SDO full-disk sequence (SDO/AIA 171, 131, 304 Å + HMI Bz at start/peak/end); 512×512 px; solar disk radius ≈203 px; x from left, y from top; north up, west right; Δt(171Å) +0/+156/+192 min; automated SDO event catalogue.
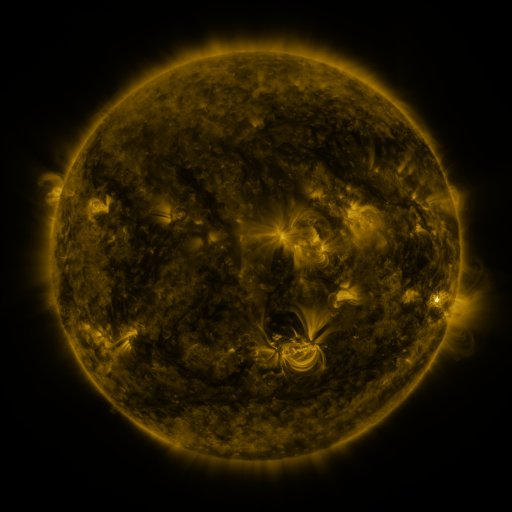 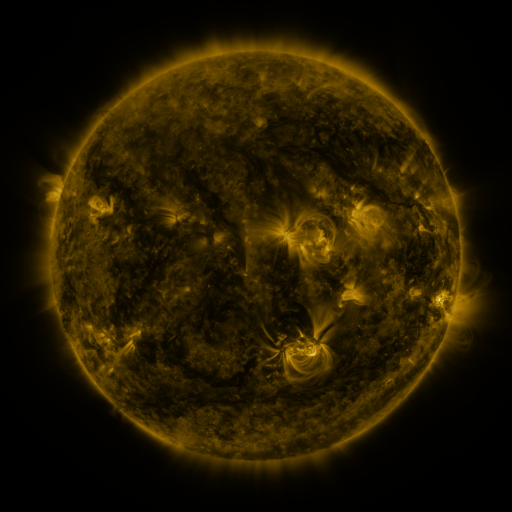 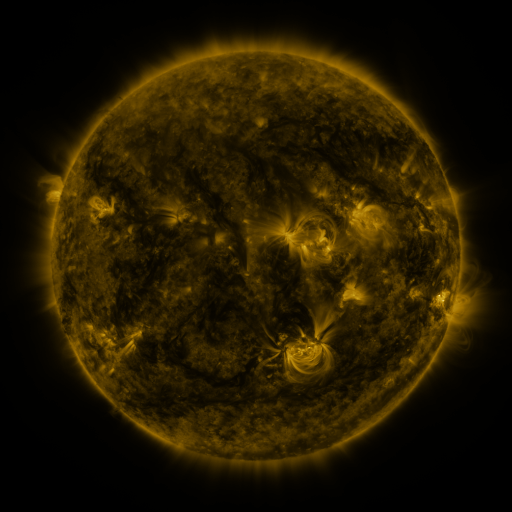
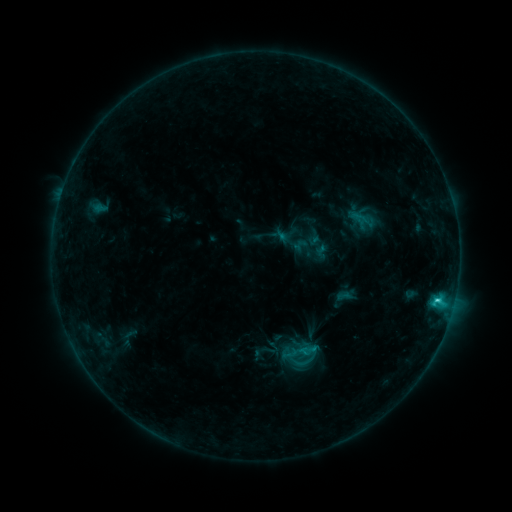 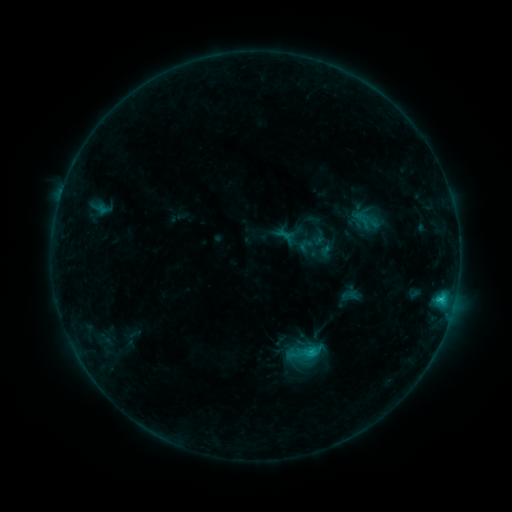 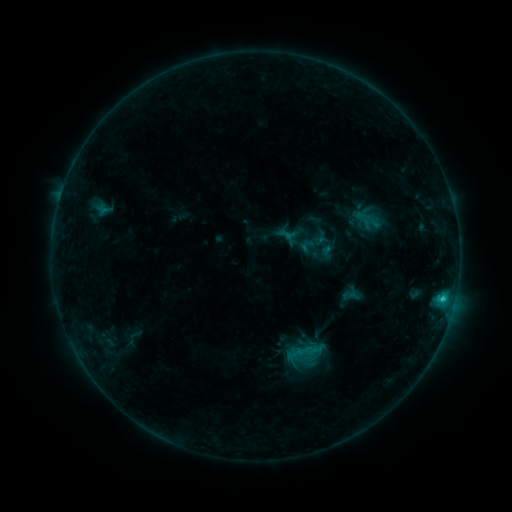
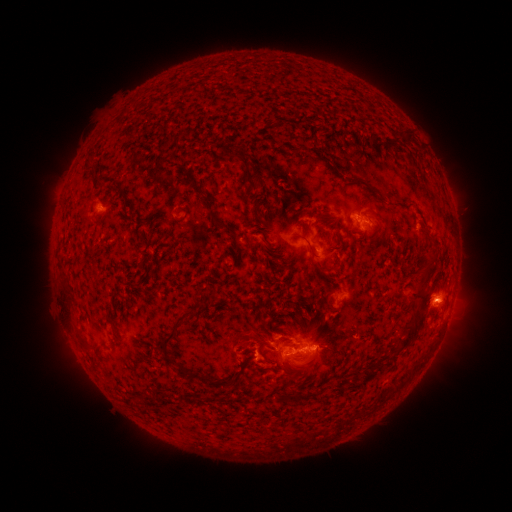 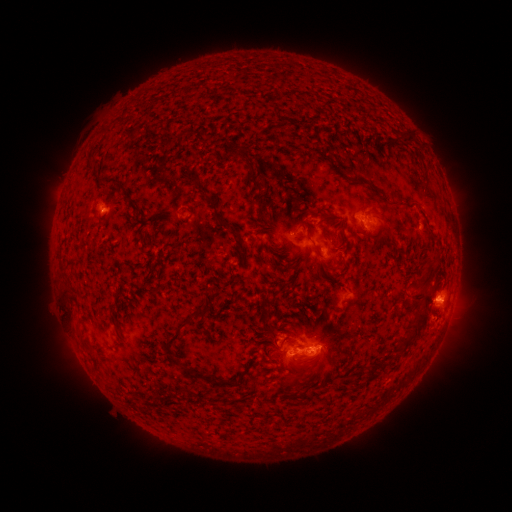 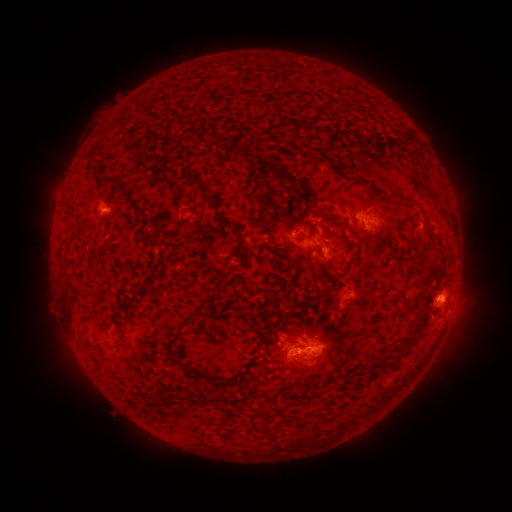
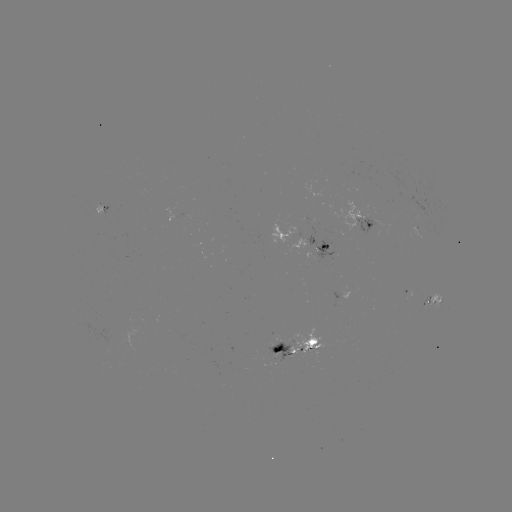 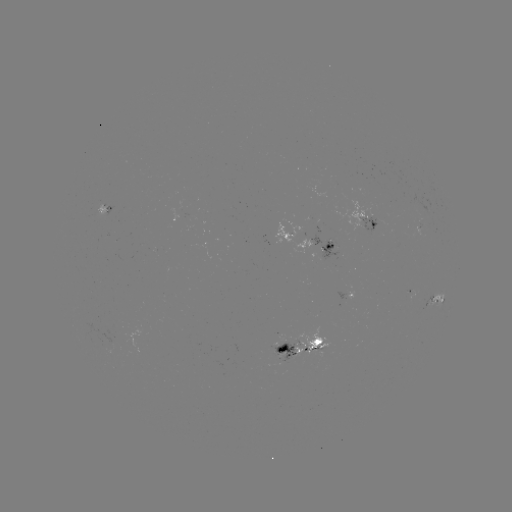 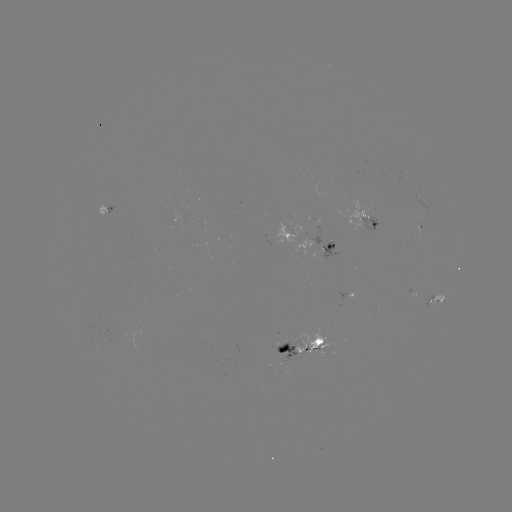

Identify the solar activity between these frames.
emerging-flux region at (181, 207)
